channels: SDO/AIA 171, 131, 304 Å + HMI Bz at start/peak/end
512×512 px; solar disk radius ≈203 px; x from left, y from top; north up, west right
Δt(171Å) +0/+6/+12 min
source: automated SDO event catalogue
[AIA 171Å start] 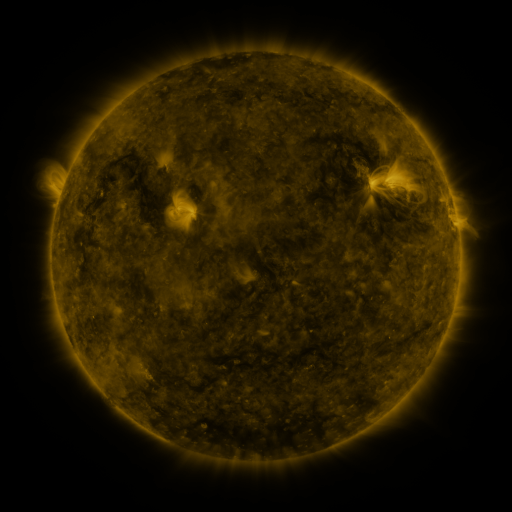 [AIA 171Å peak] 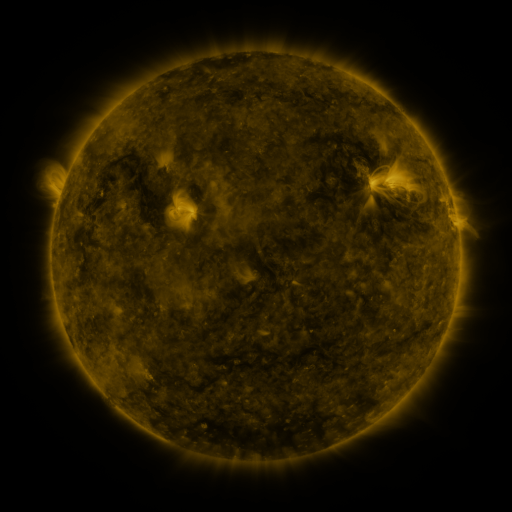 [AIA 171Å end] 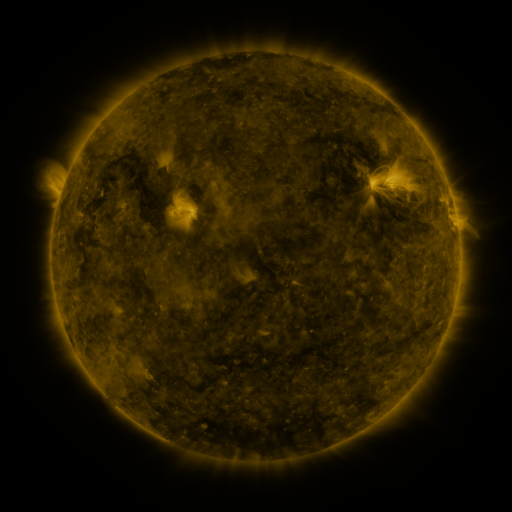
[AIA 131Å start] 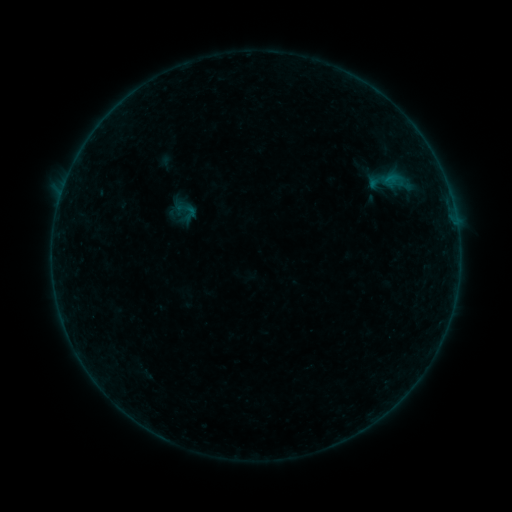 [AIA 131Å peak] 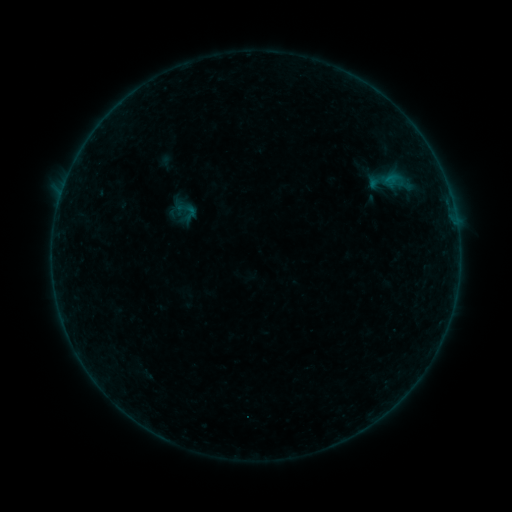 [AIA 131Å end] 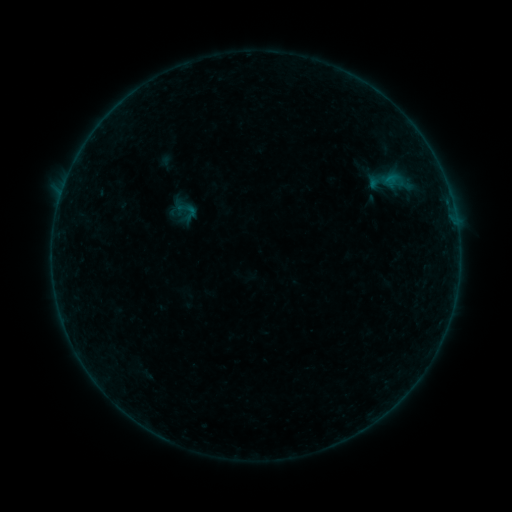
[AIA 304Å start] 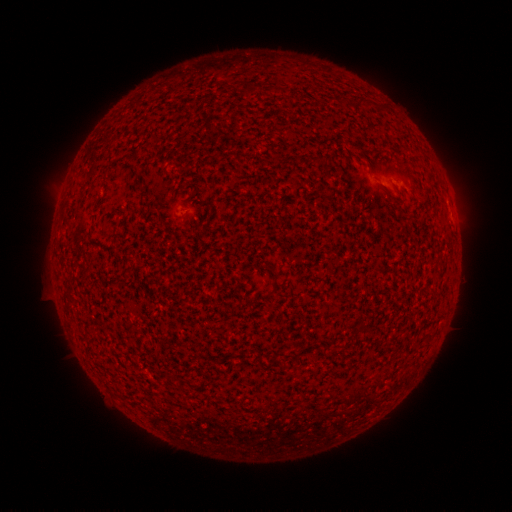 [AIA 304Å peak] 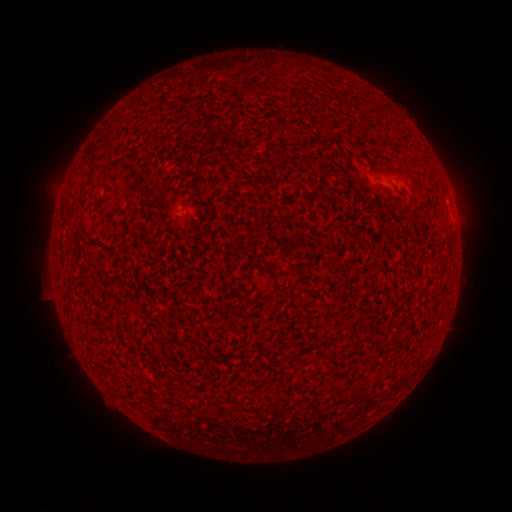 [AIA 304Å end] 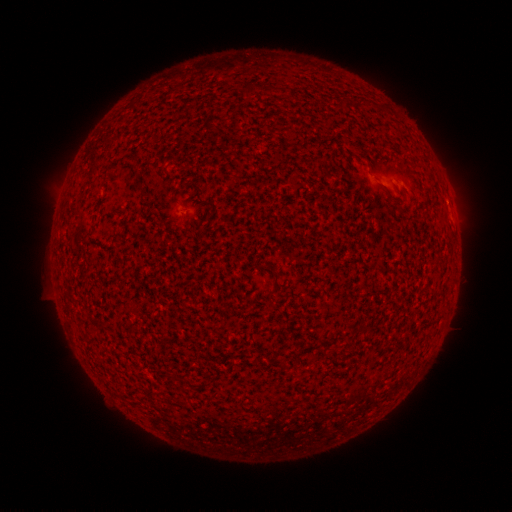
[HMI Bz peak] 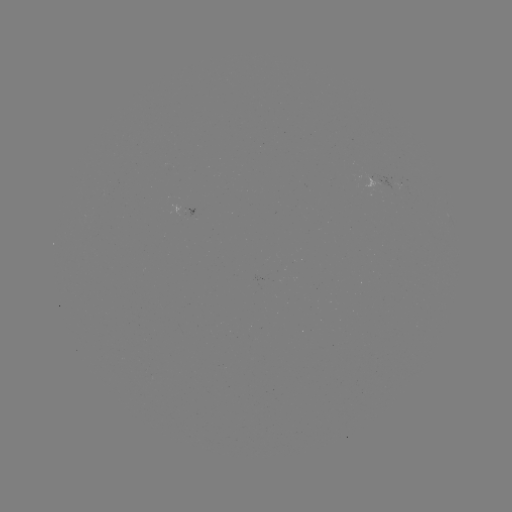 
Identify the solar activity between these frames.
B1.9 flare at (52, 255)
